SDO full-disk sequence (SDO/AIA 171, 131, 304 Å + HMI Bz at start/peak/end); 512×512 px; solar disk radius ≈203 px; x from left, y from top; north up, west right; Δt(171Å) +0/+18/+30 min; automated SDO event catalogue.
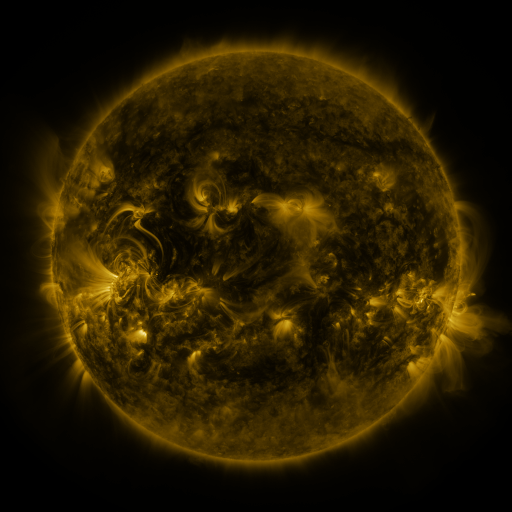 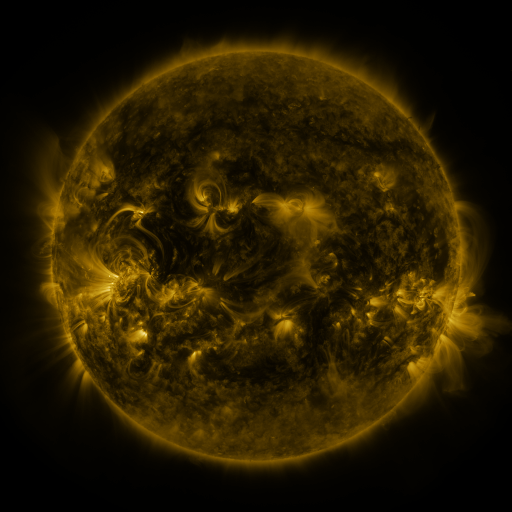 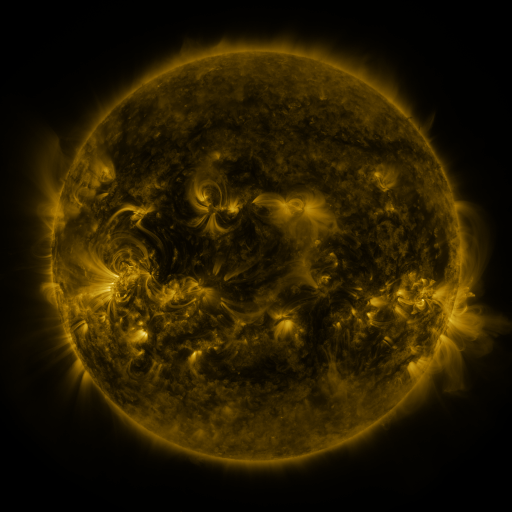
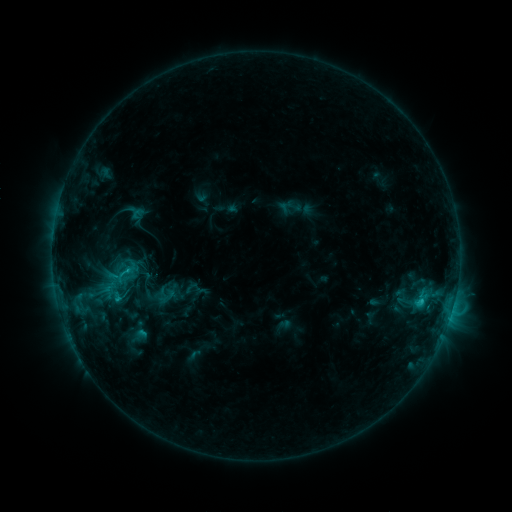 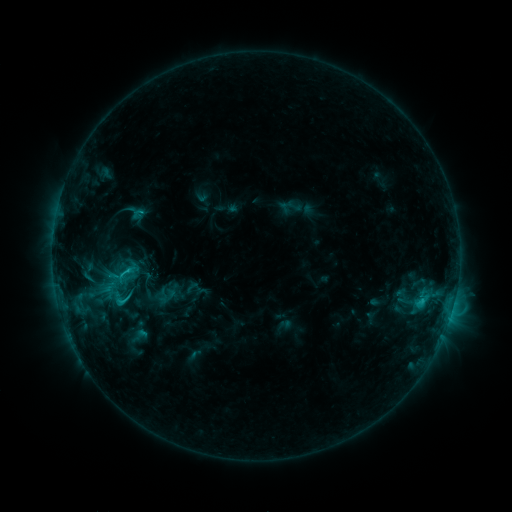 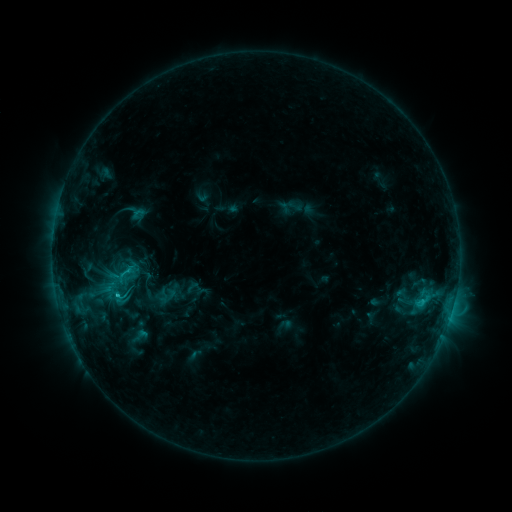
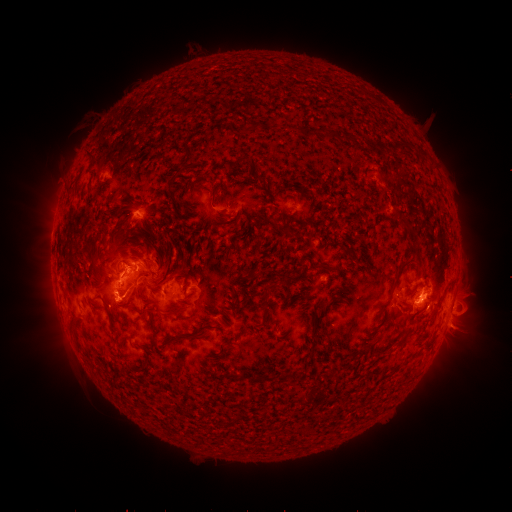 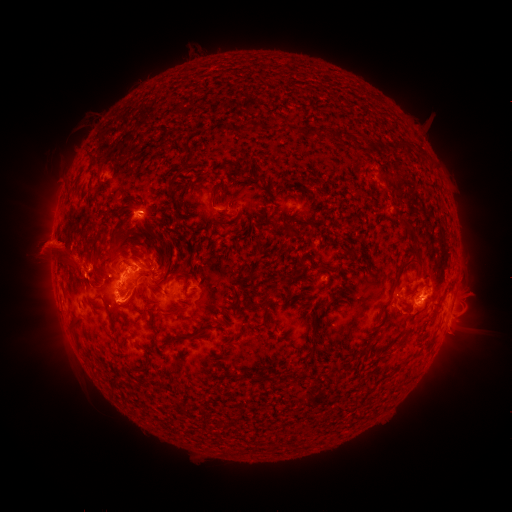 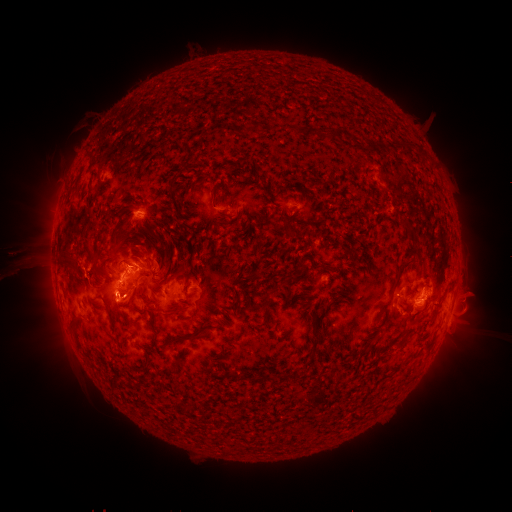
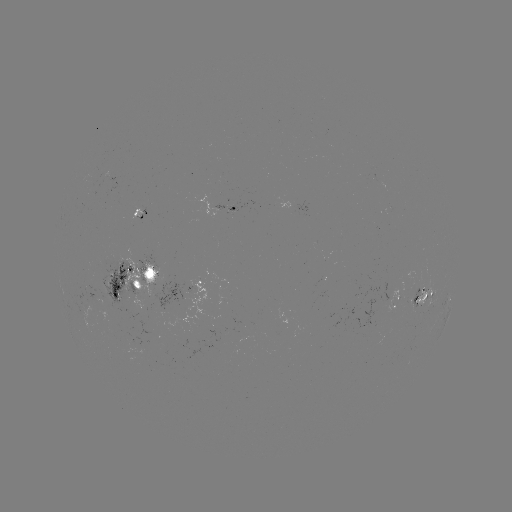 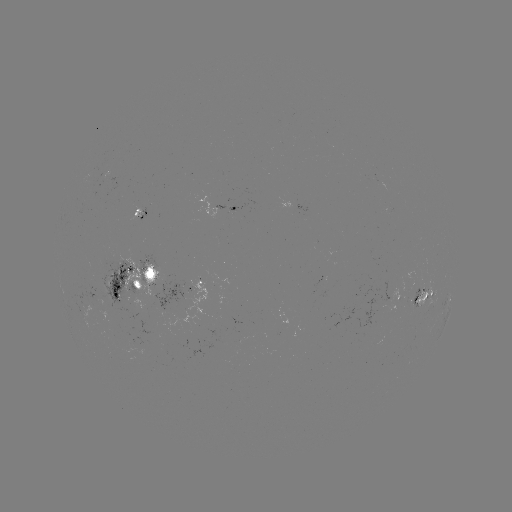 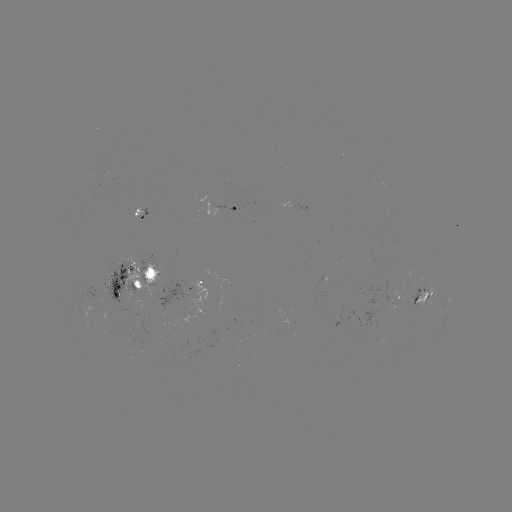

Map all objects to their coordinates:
filament eruption: (49, 260)
